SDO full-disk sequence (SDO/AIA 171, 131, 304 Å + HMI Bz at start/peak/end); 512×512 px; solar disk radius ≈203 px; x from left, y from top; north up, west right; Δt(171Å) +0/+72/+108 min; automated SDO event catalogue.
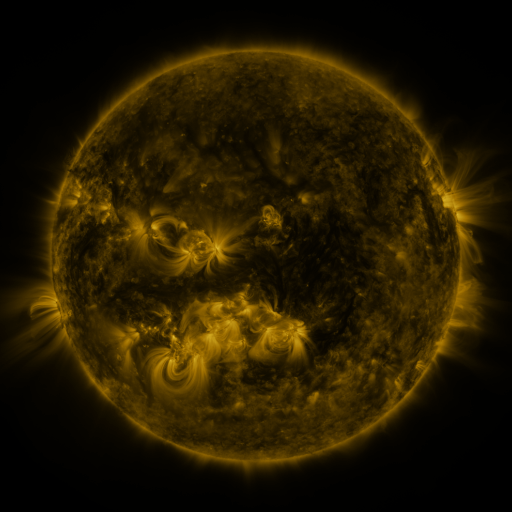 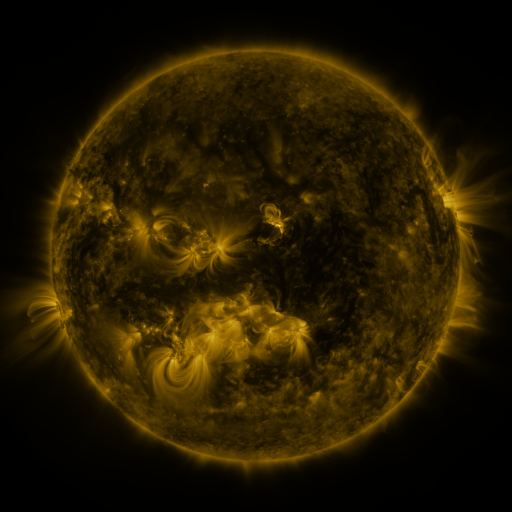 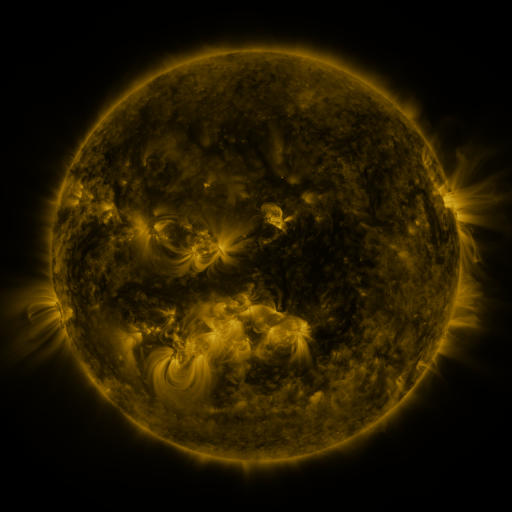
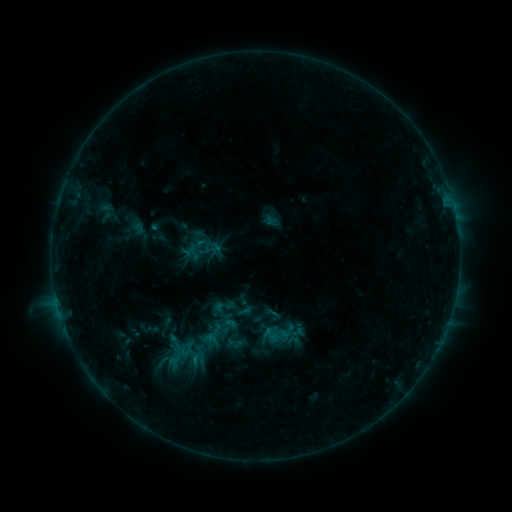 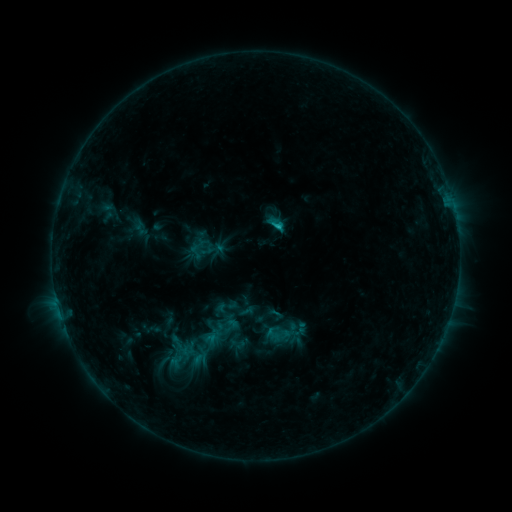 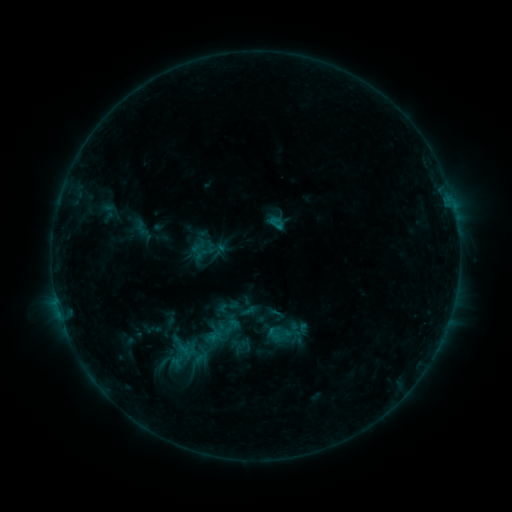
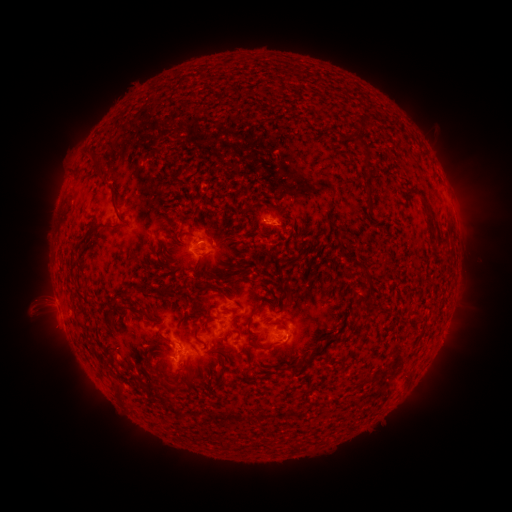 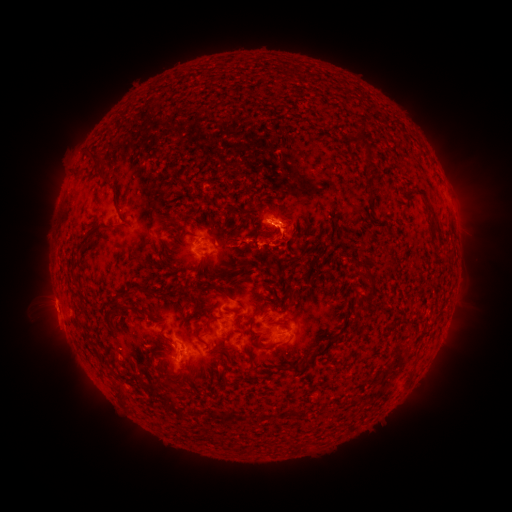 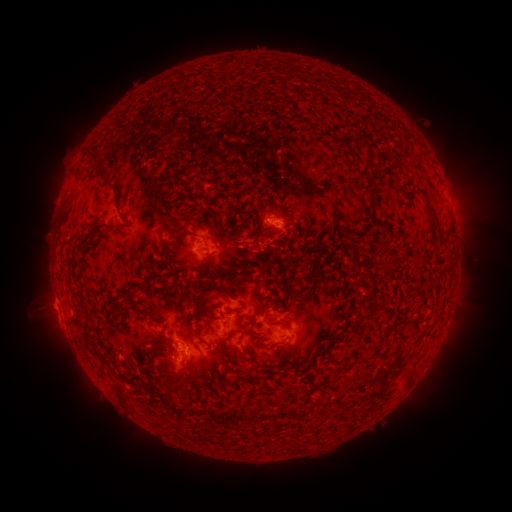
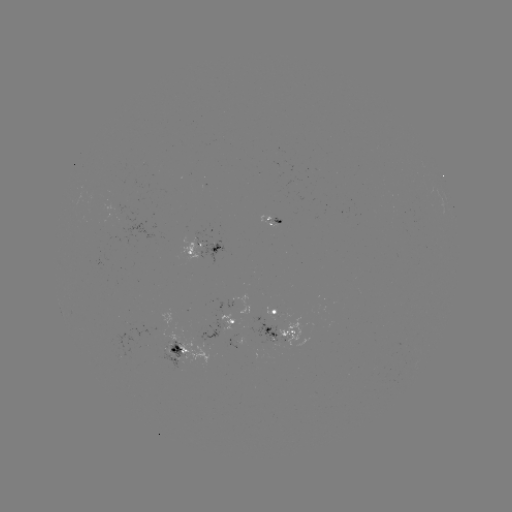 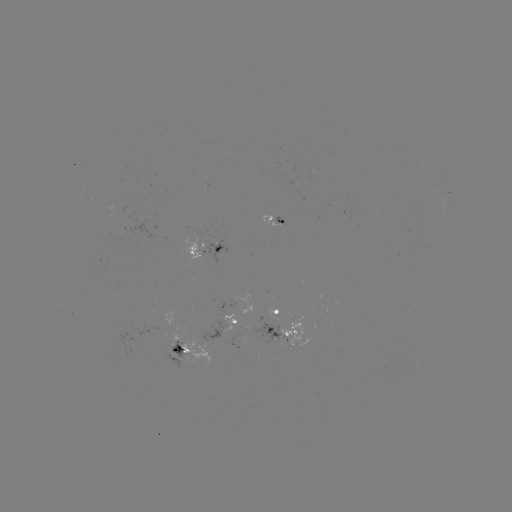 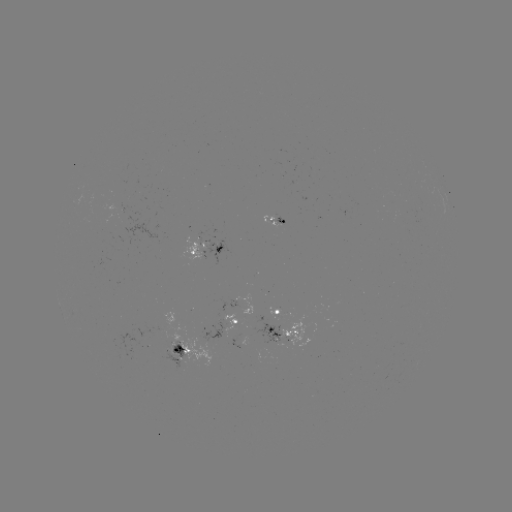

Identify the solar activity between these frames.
emerging-flux region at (259, 327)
